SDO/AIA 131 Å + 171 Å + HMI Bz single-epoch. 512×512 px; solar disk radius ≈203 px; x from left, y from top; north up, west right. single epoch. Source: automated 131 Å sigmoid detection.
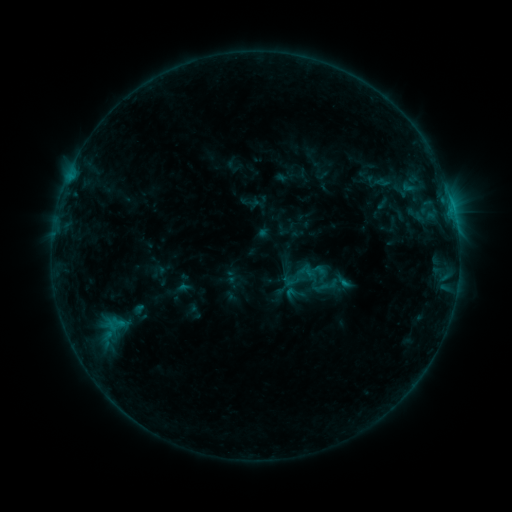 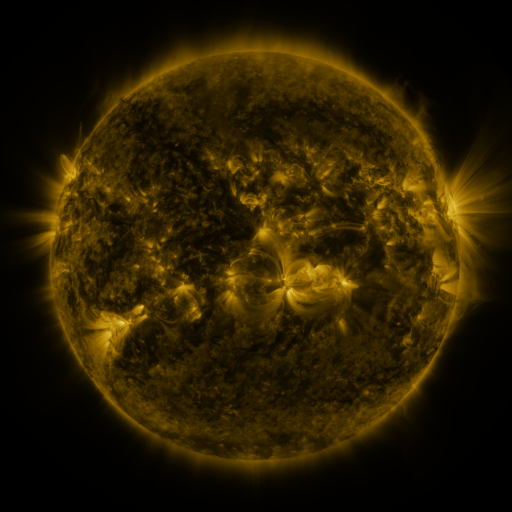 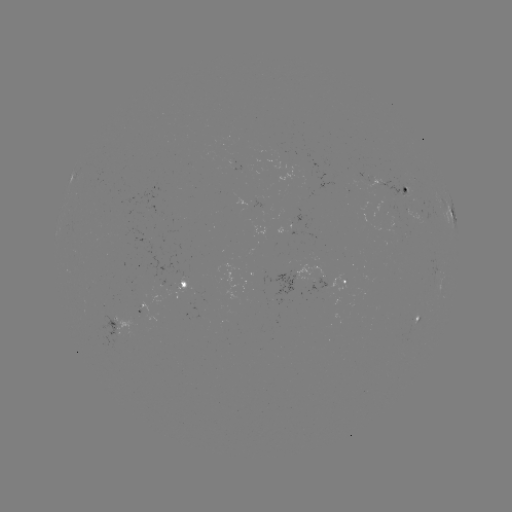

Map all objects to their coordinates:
sigmoid: <bbox>303, 172, 326, 192</bbox>
sigmoid: <bbox>283, 264, 310, 291</bbox>
